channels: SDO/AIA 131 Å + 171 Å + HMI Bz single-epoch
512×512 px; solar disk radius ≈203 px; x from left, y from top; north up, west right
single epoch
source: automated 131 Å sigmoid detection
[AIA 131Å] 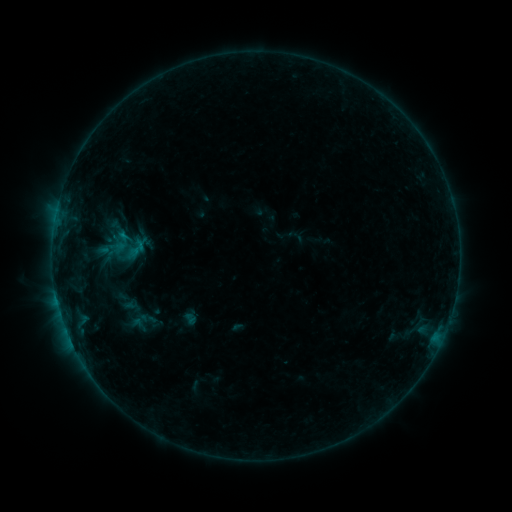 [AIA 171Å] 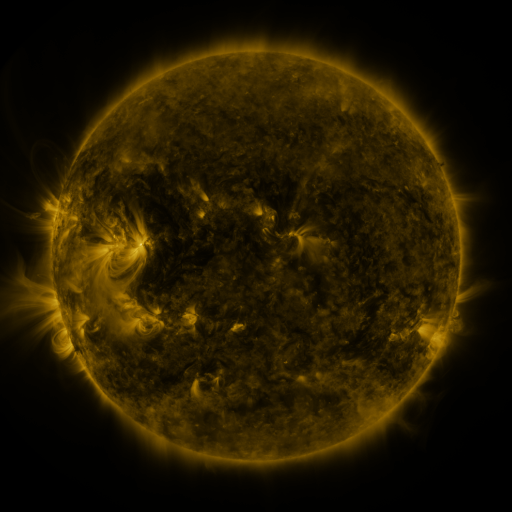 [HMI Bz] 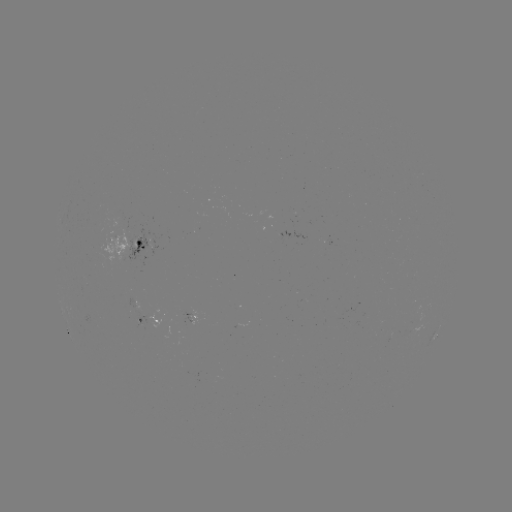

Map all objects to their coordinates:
sigmoid: (137, 248)
